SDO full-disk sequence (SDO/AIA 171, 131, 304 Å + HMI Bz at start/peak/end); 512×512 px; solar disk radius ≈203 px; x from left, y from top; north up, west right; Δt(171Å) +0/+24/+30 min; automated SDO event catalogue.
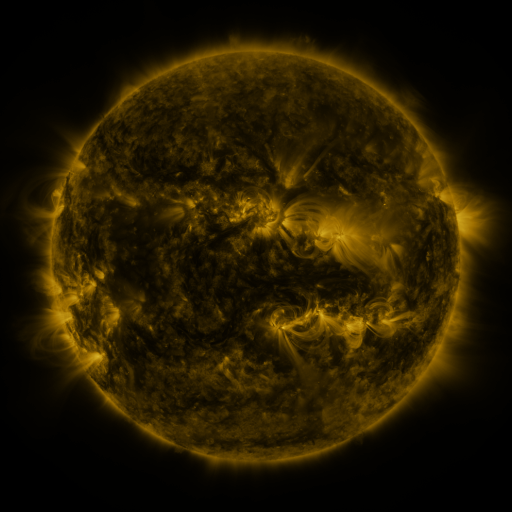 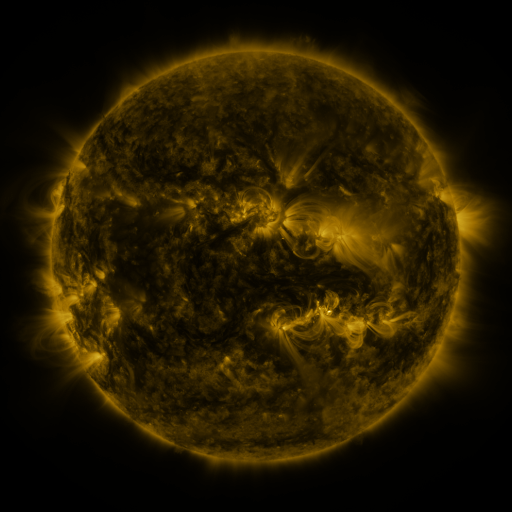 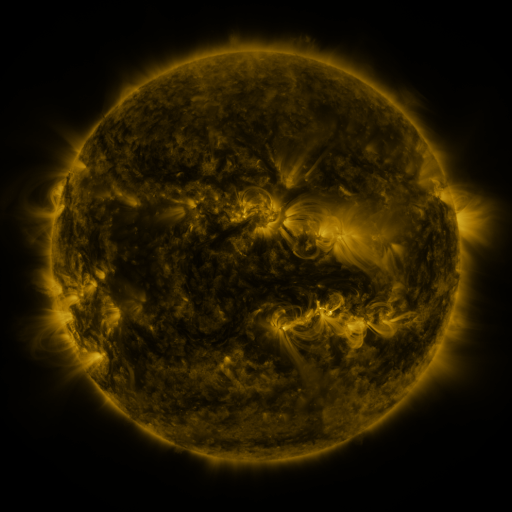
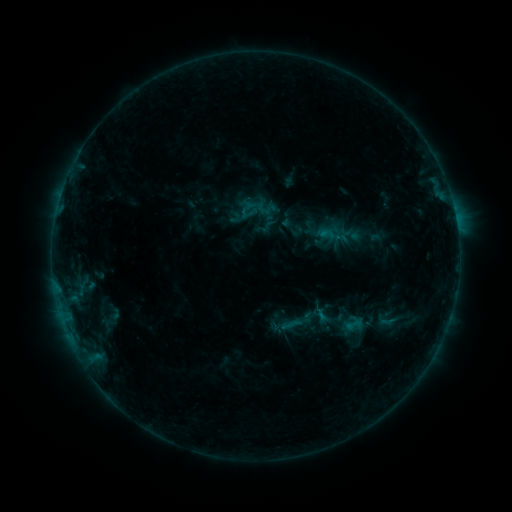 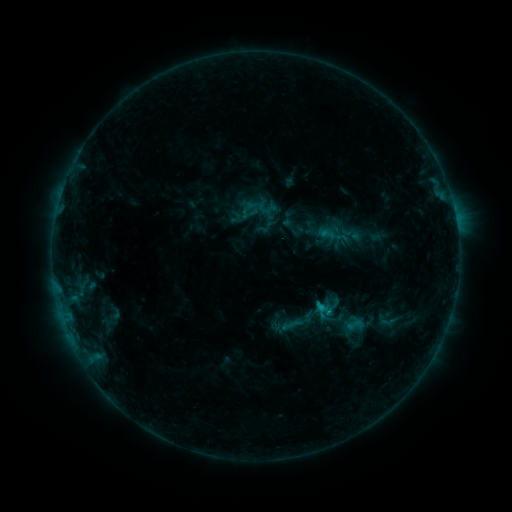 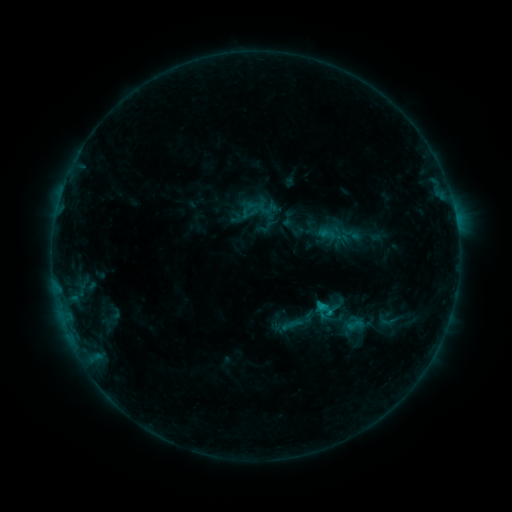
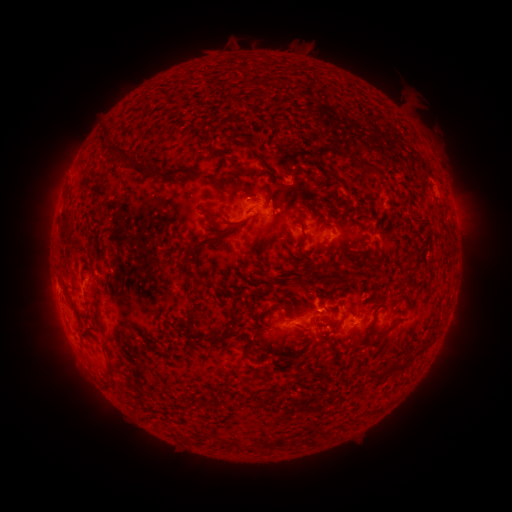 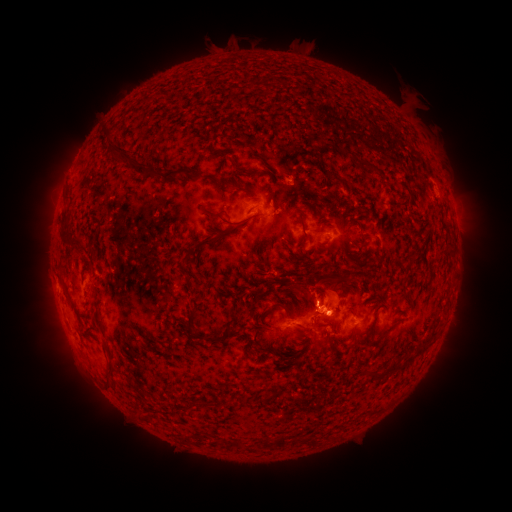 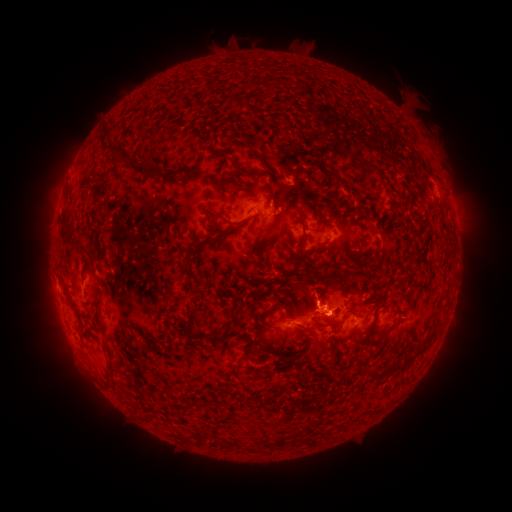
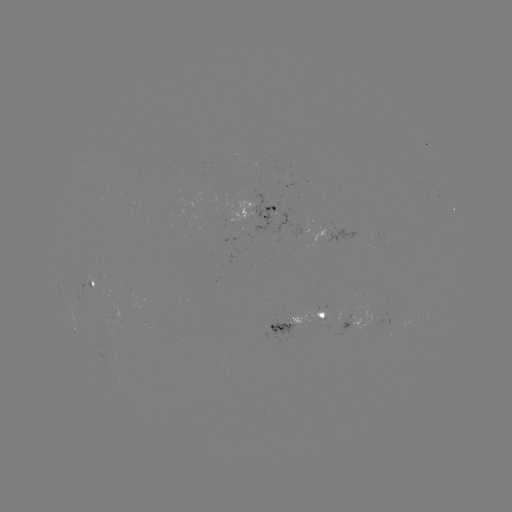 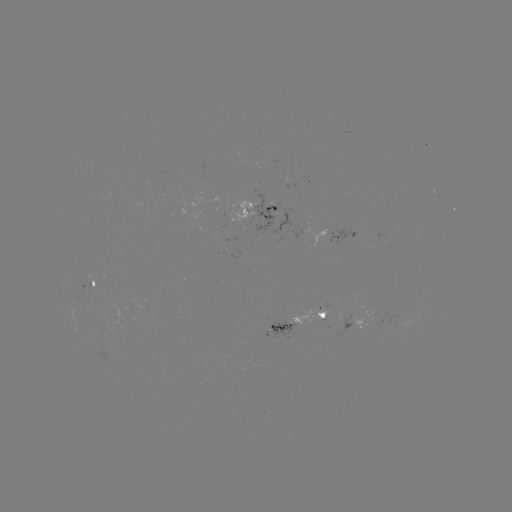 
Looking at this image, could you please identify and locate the B8.1 flare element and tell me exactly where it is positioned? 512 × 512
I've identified B8.1 flare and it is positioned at [320, 304].